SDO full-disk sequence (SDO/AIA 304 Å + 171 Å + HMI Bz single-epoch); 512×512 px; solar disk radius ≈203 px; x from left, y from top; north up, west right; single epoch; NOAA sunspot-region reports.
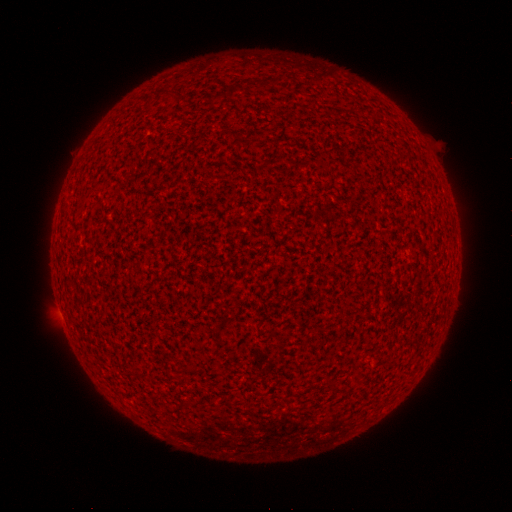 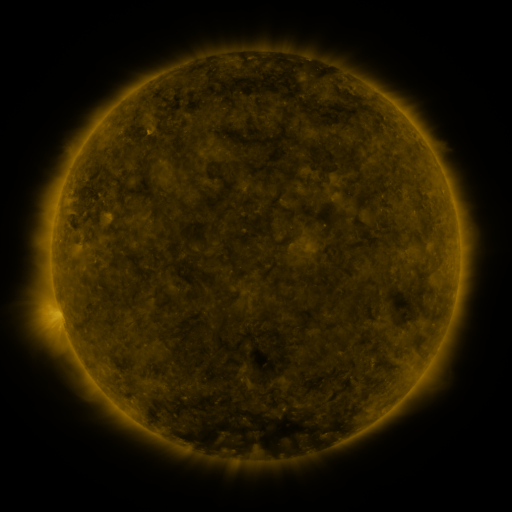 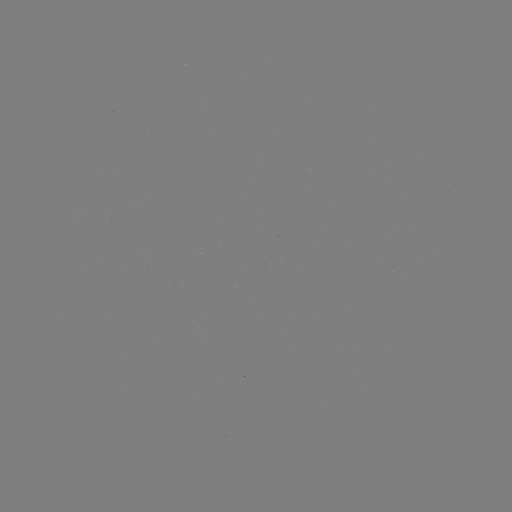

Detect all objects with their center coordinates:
(none)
